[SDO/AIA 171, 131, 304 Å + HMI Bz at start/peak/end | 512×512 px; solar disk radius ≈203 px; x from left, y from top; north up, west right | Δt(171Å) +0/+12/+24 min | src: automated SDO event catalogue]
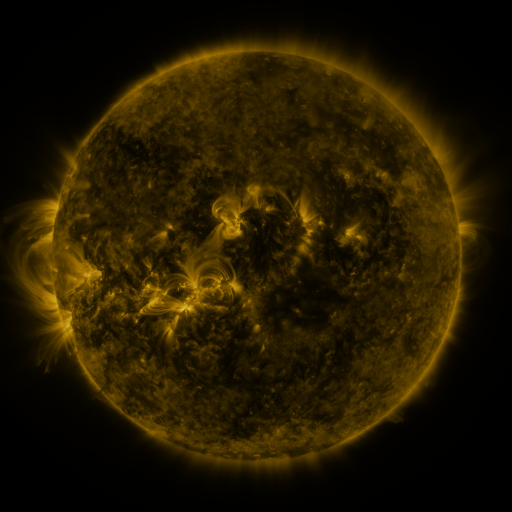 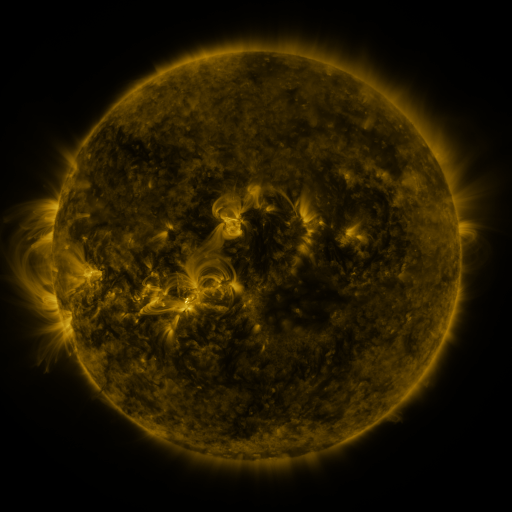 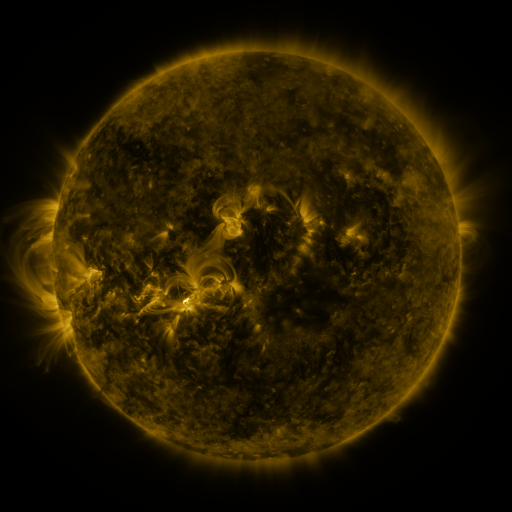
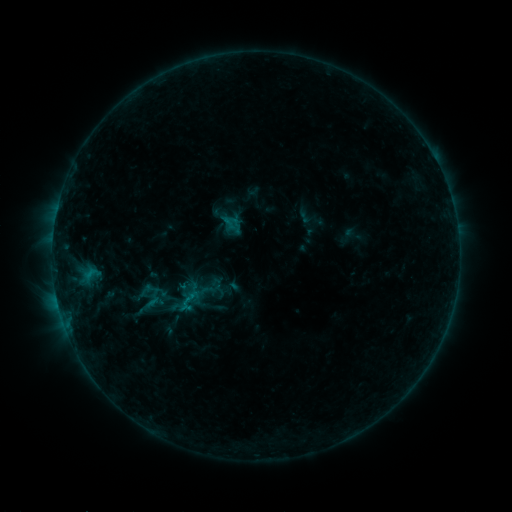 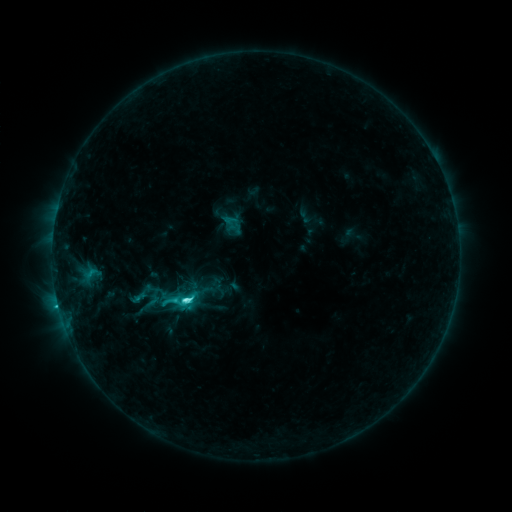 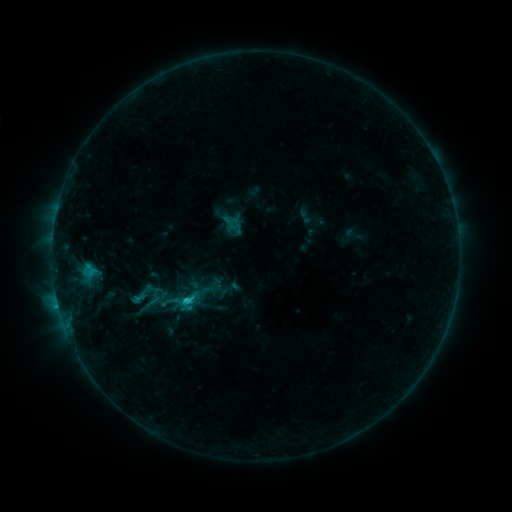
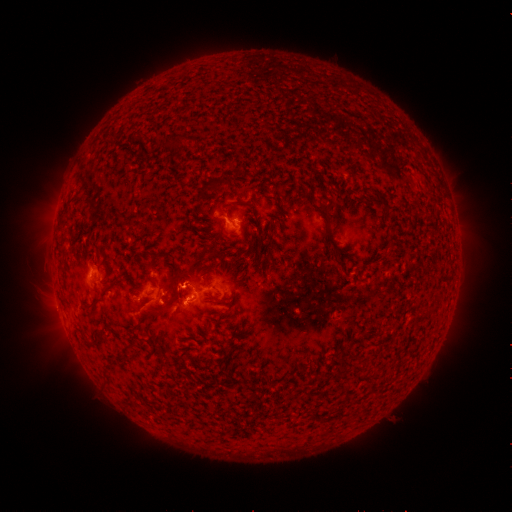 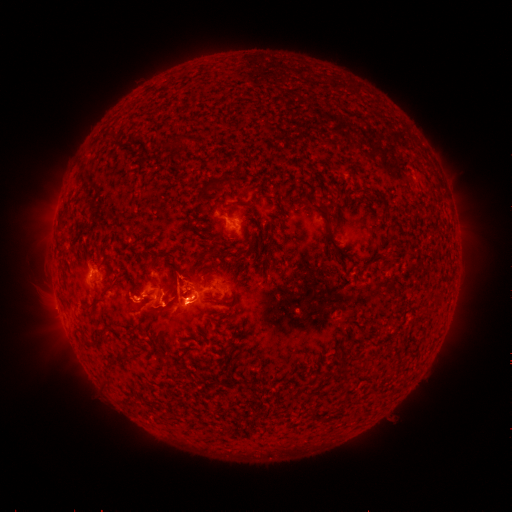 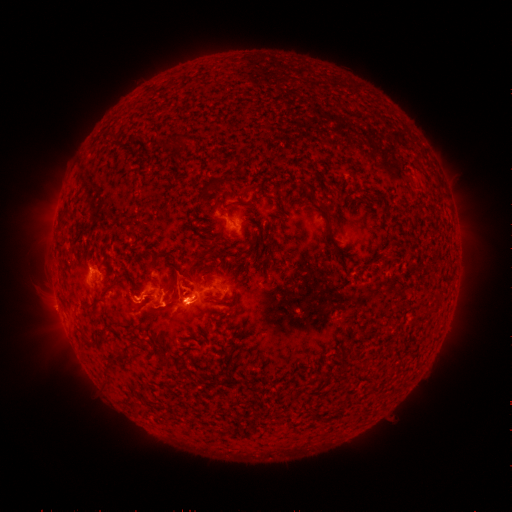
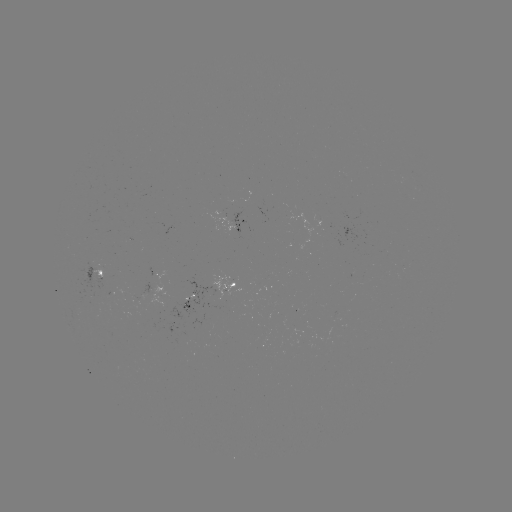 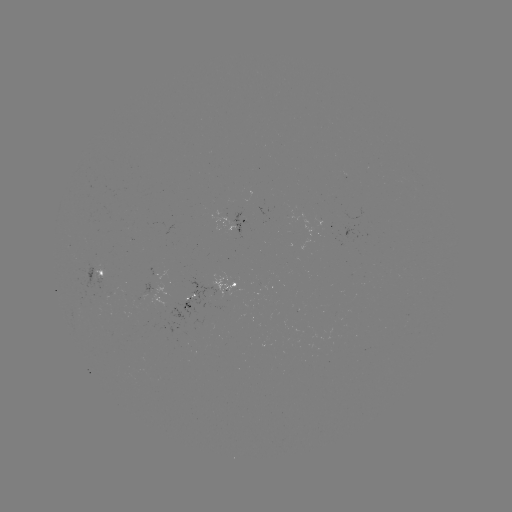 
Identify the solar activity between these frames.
C4.5 flare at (187, 298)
